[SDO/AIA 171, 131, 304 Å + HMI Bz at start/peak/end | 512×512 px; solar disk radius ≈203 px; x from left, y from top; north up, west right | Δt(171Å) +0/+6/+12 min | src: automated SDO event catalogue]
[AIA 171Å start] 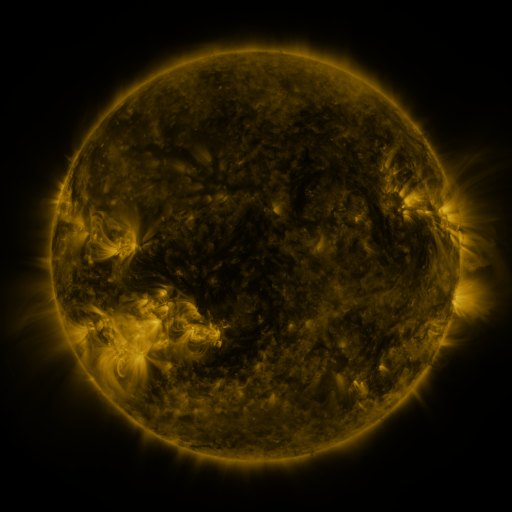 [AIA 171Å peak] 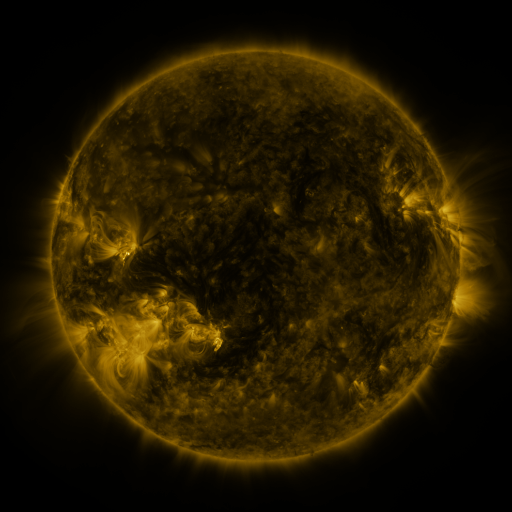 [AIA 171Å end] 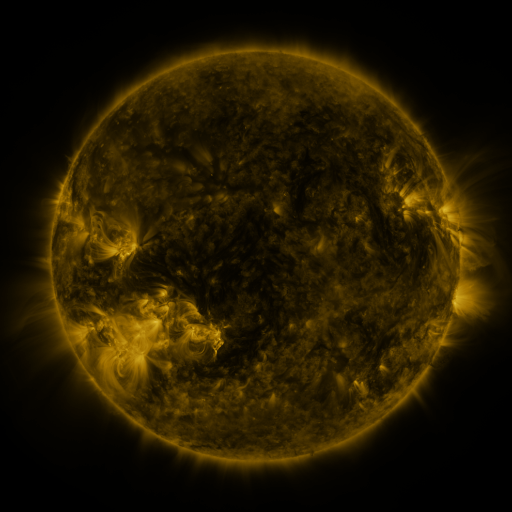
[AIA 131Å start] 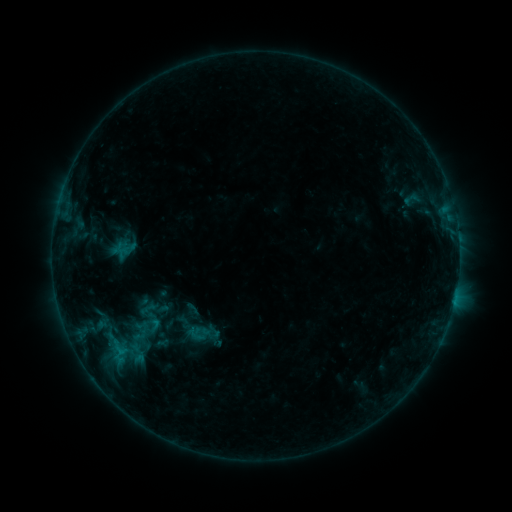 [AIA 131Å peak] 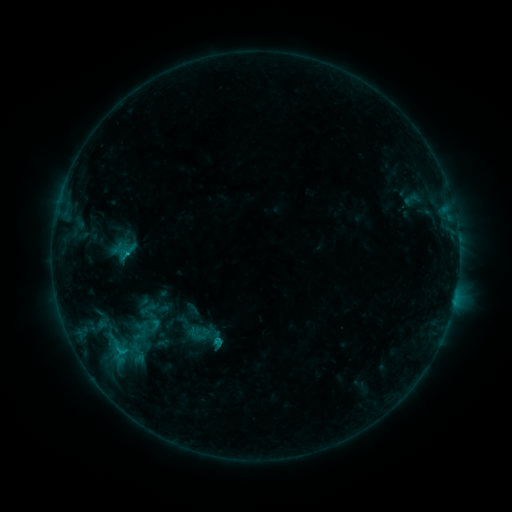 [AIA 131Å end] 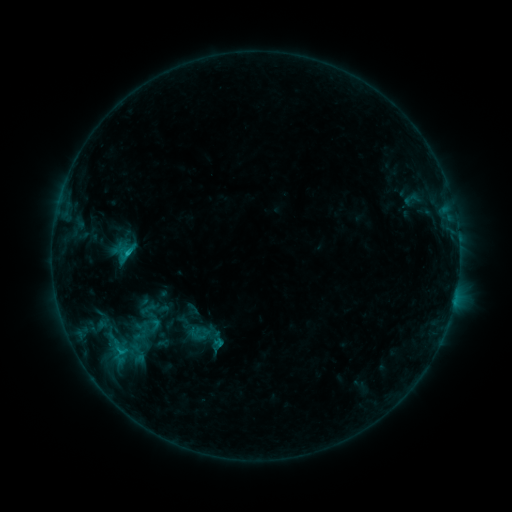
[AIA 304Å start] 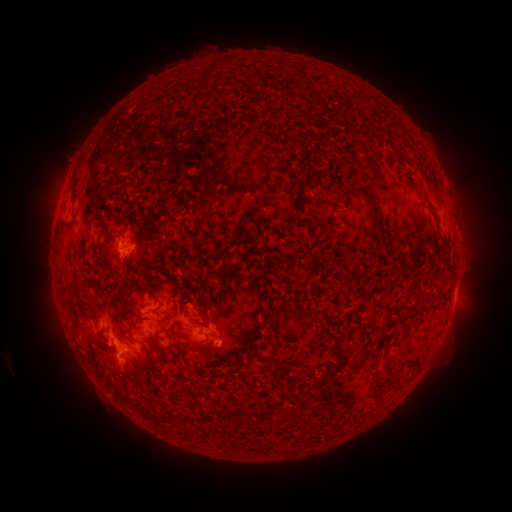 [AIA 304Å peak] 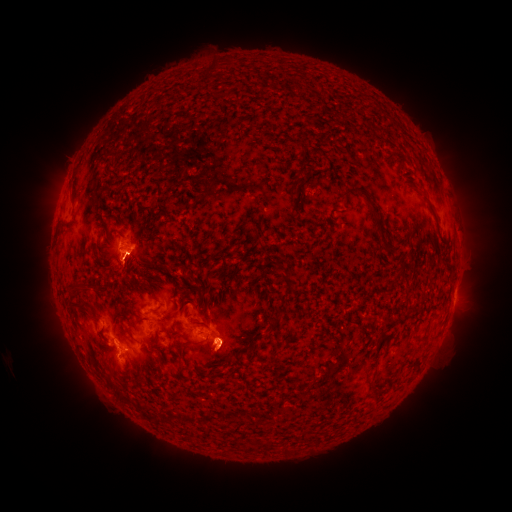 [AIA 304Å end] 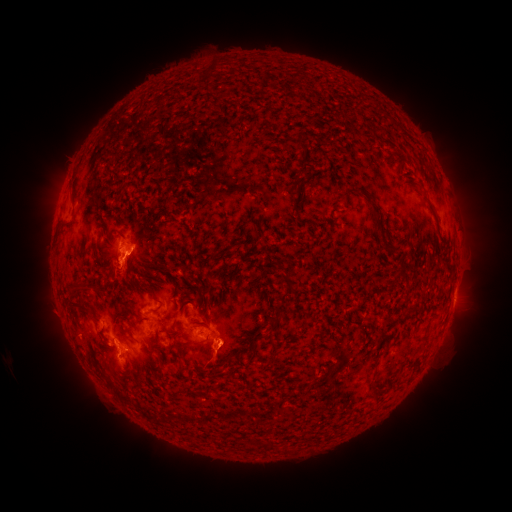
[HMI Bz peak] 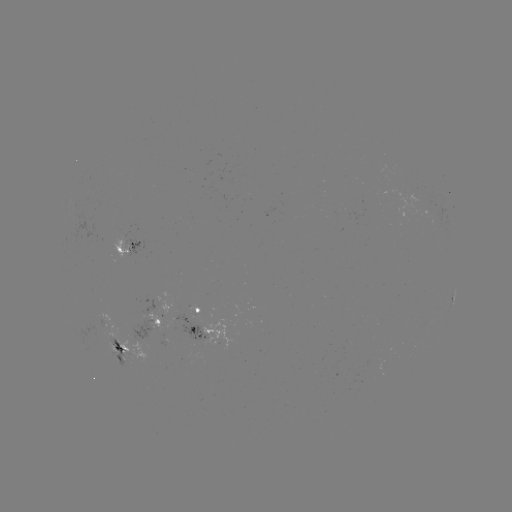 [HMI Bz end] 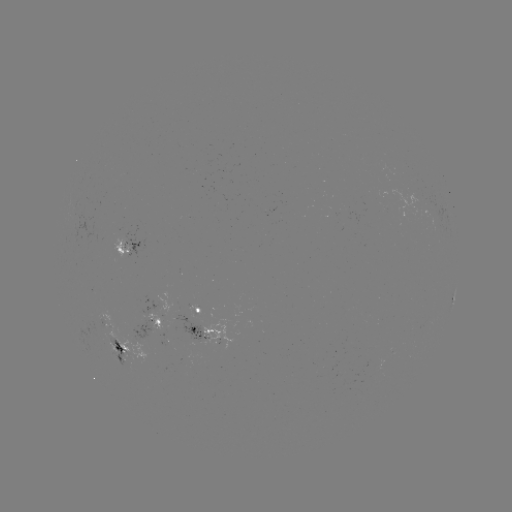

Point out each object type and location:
eruption: (125, 276)
